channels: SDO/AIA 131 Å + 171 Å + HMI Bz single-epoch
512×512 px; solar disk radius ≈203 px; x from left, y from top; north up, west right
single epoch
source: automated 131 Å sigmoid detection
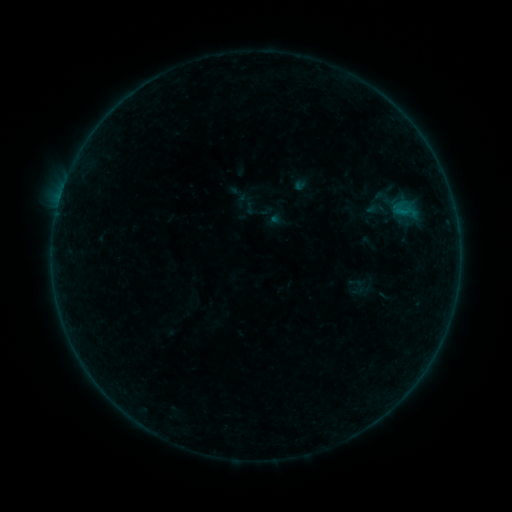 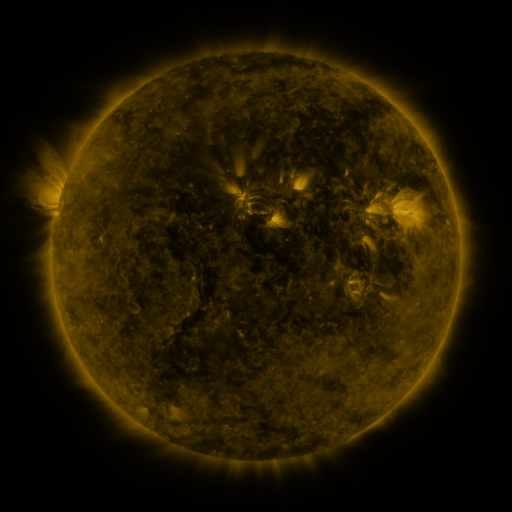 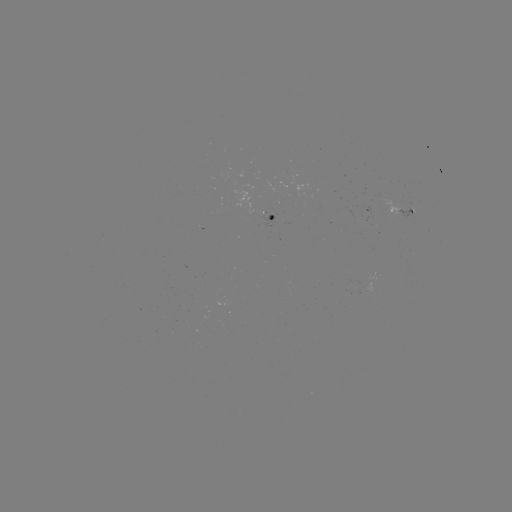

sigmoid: [385, 195, 425, 224]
